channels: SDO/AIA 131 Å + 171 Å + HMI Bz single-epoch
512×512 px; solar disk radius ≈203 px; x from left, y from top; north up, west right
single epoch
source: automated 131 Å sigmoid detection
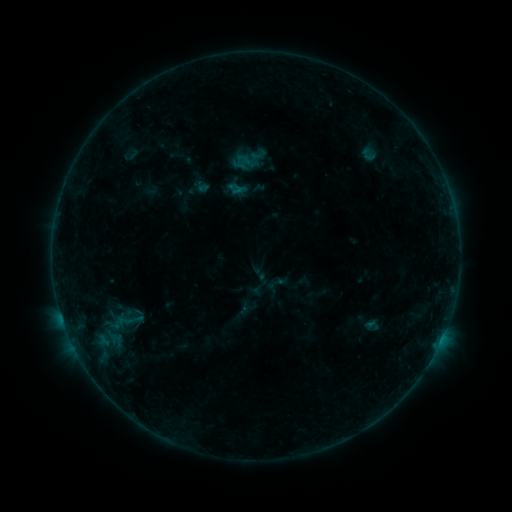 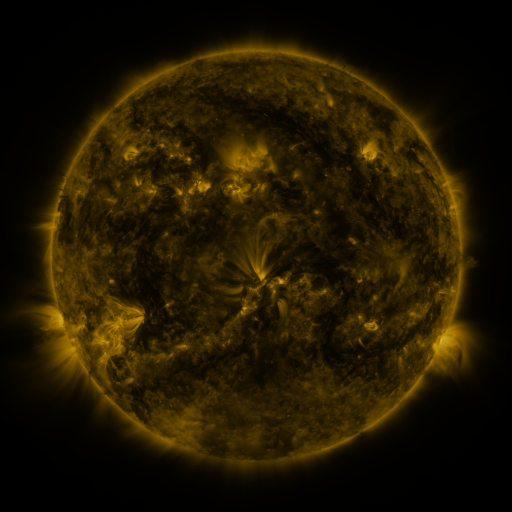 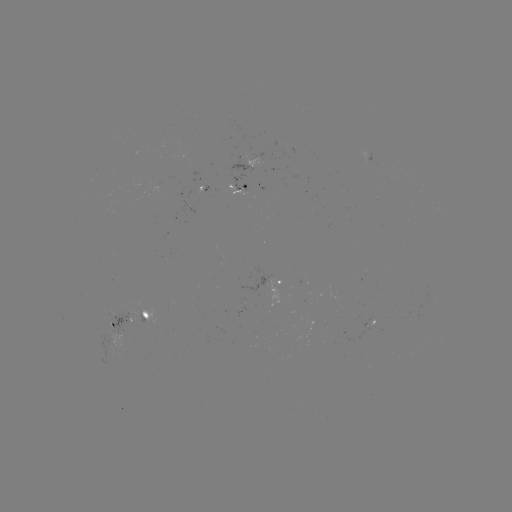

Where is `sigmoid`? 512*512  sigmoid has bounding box [110, 312, 137, 330].